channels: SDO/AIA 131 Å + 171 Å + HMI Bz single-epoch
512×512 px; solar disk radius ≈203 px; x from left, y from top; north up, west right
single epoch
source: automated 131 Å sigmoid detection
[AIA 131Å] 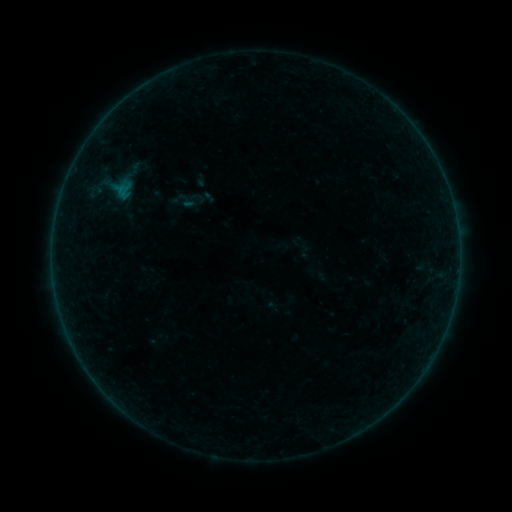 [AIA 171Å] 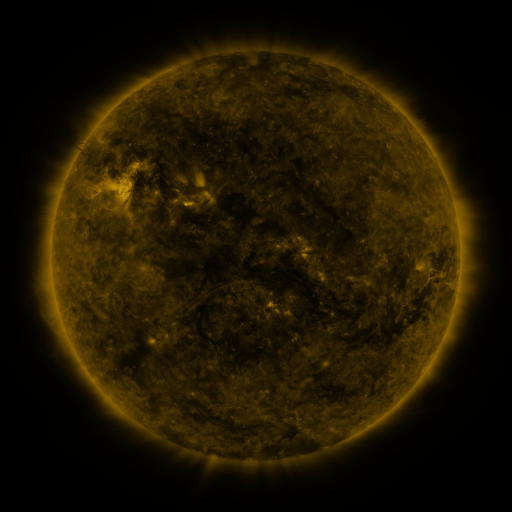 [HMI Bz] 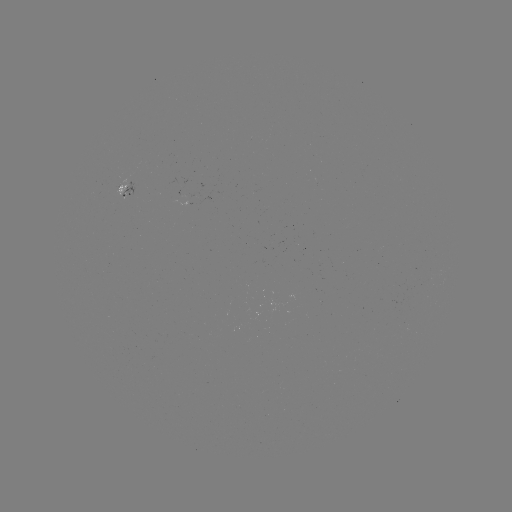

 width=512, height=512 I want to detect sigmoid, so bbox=[181, 189, 206, 214].